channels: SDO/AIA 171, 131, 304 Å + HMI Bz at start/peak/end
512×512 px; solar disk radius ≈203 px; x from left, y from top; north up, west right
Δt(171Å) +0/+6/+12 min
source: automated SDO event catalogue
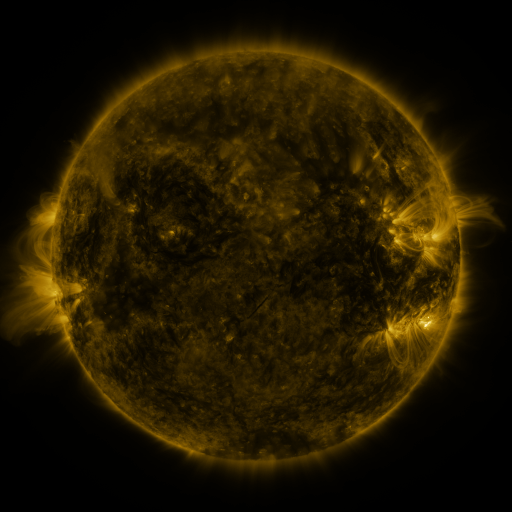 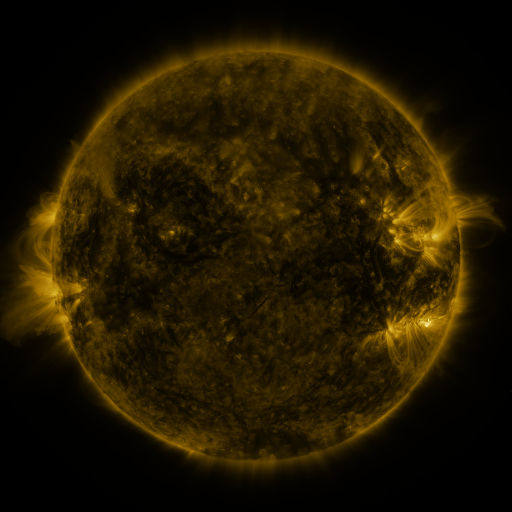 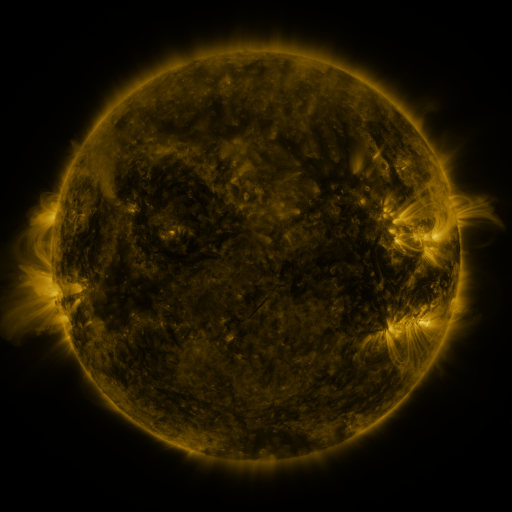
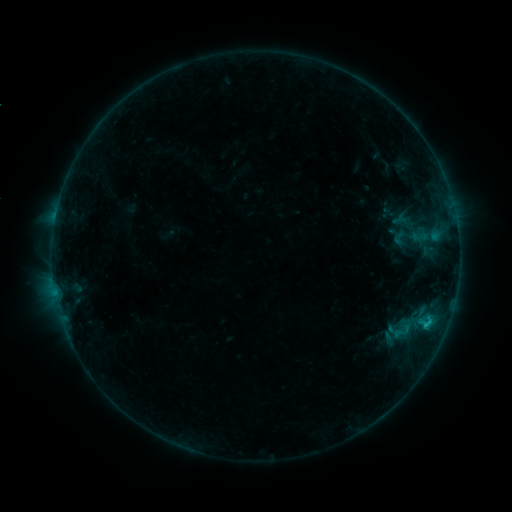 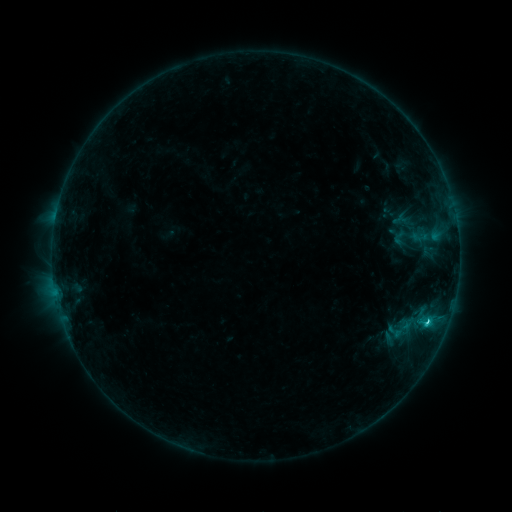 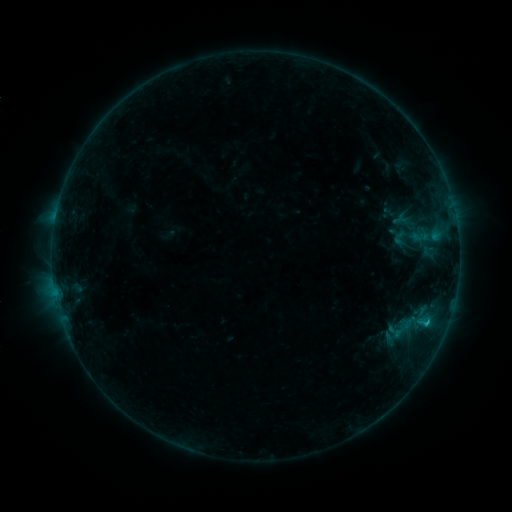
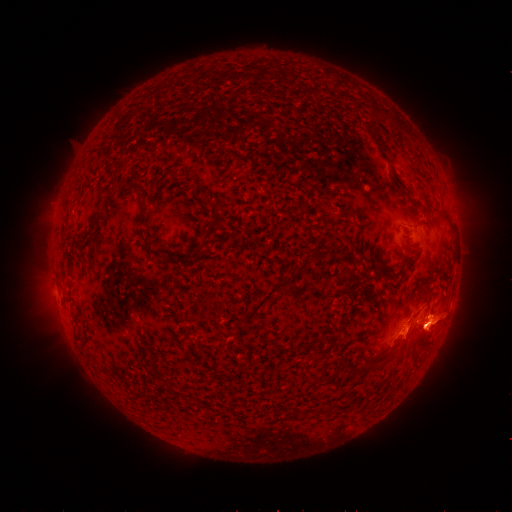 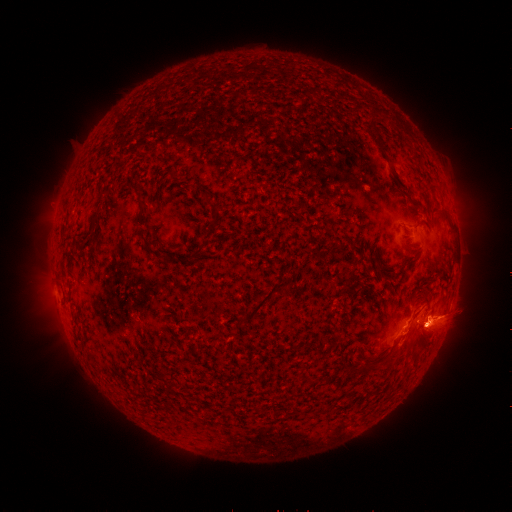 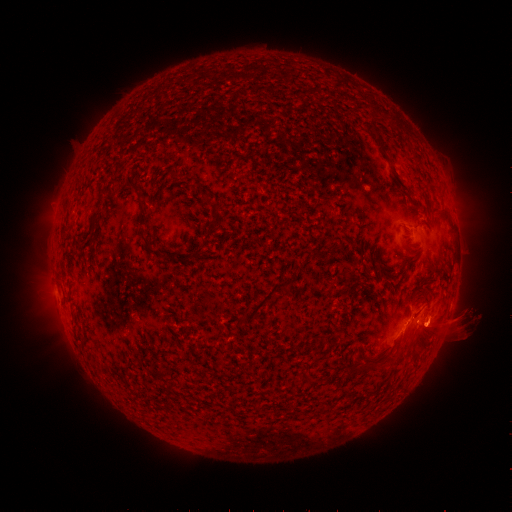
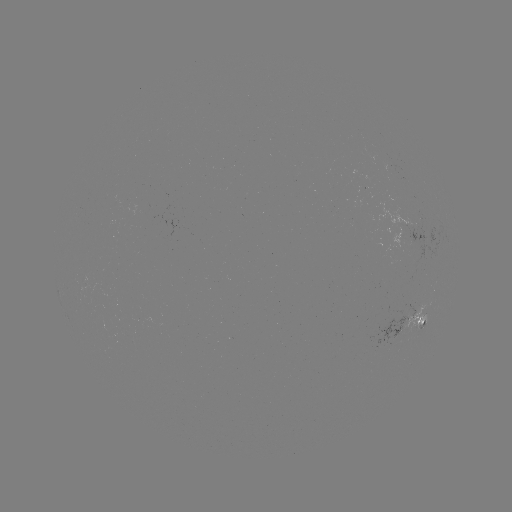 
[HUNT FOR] C1.4 flare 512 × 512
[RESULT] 426,321